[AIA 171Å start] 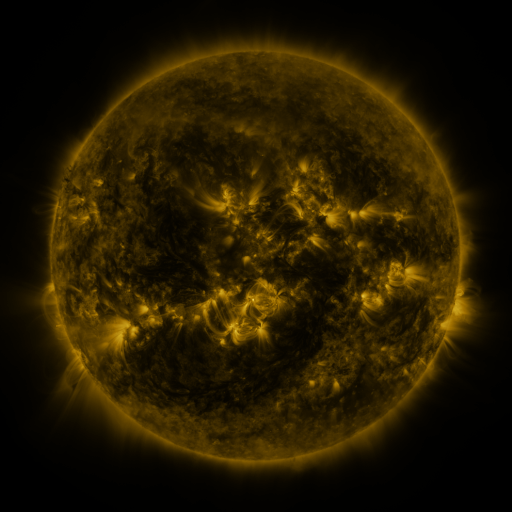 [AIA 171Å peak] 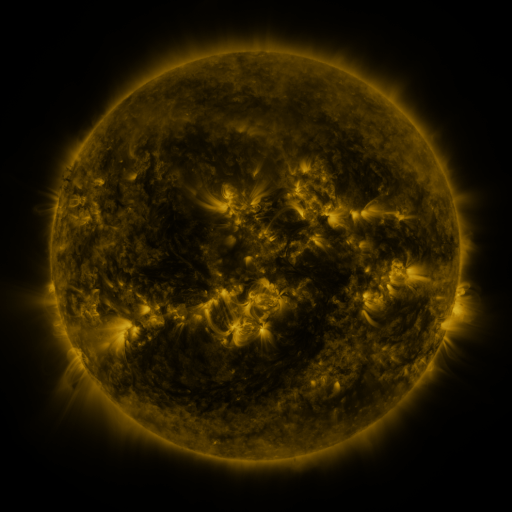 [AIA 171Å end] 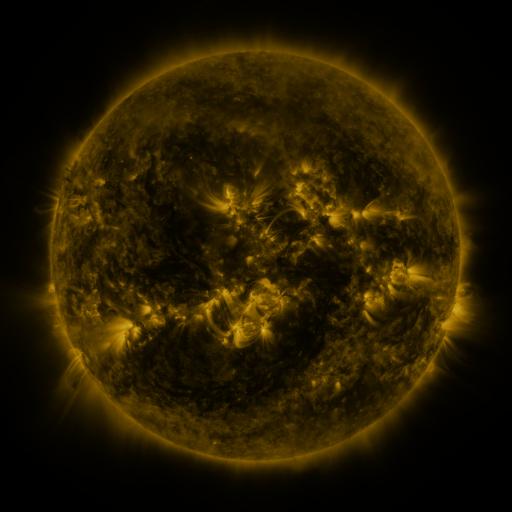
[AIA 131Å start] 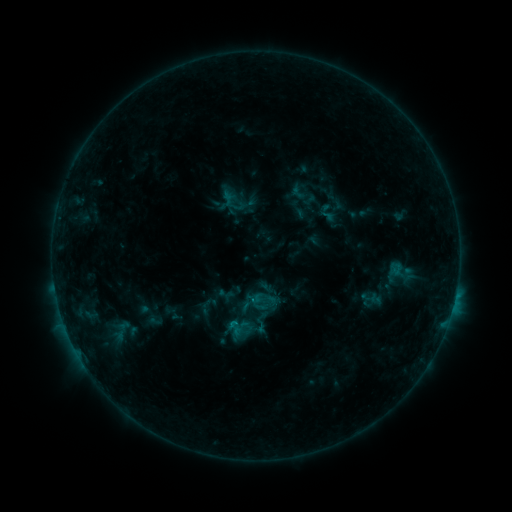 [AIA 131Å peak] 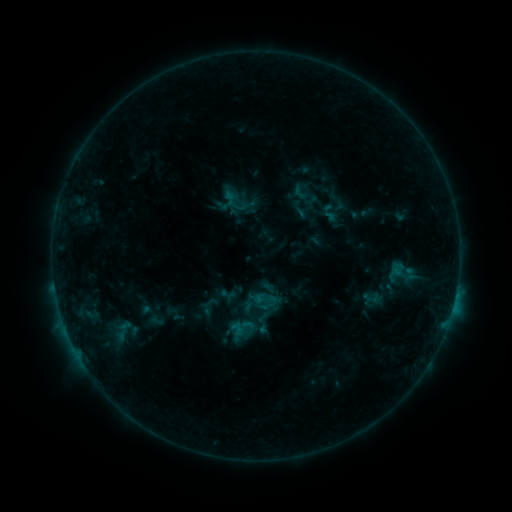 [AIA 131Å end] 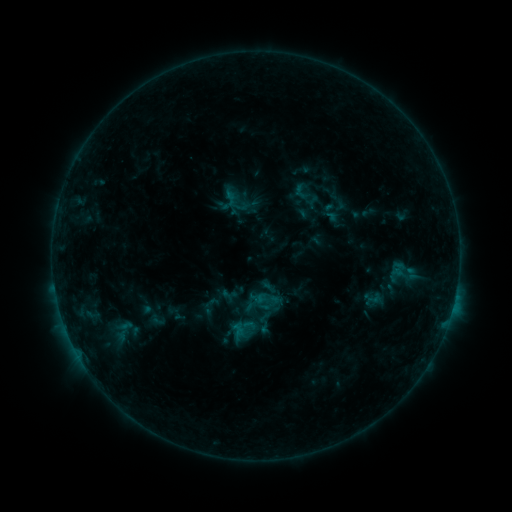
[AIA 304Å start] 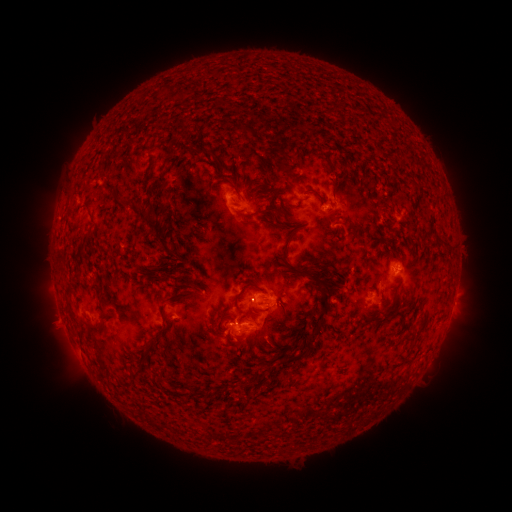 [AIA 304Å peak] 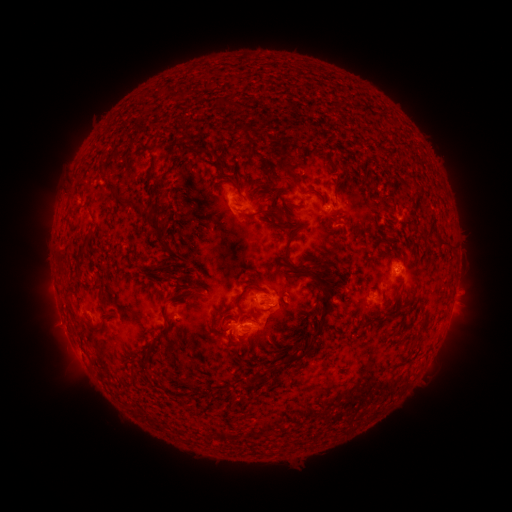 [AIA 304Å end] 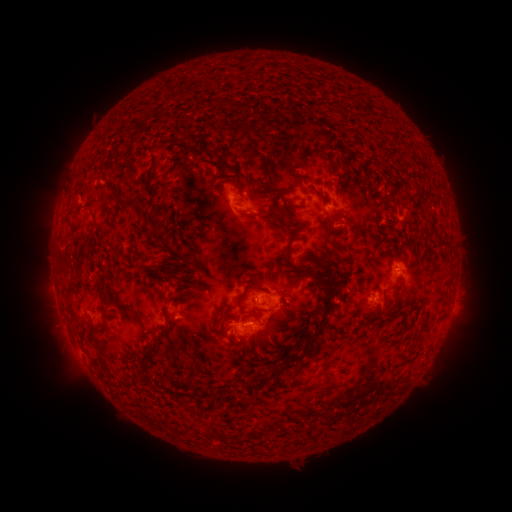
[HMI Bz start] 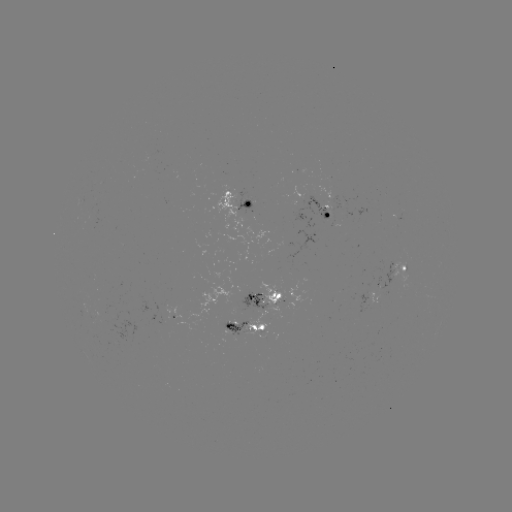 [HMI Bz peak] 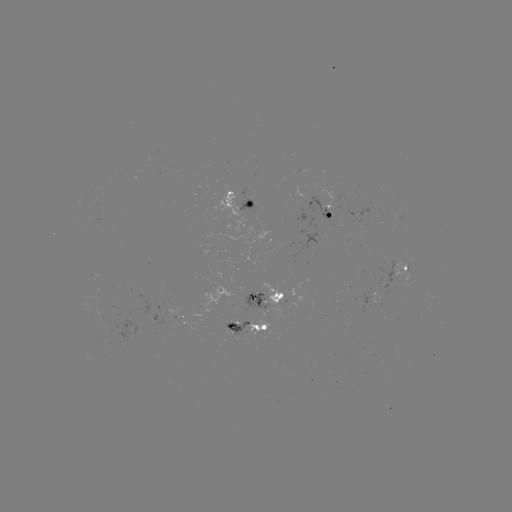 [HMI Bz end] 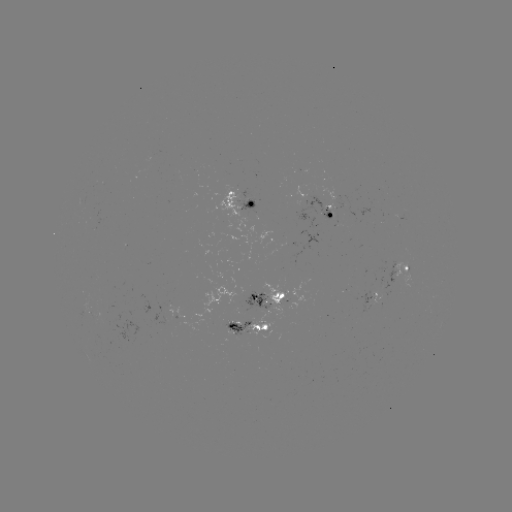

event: emerging-flux region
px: (94, 216)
